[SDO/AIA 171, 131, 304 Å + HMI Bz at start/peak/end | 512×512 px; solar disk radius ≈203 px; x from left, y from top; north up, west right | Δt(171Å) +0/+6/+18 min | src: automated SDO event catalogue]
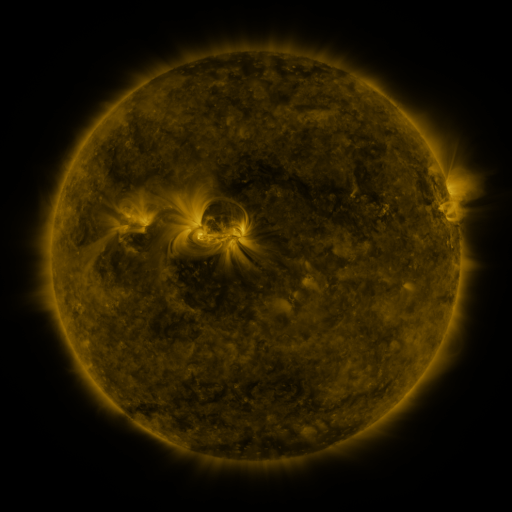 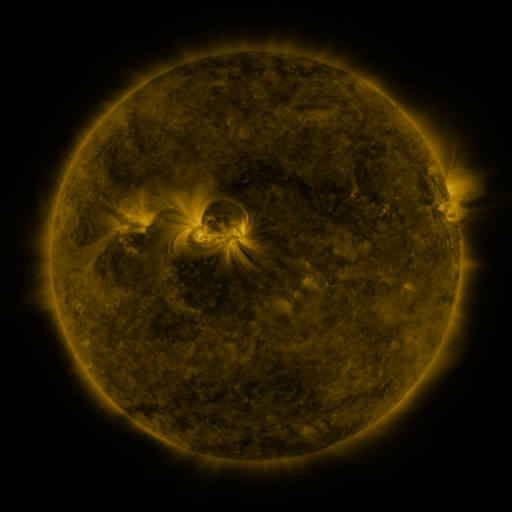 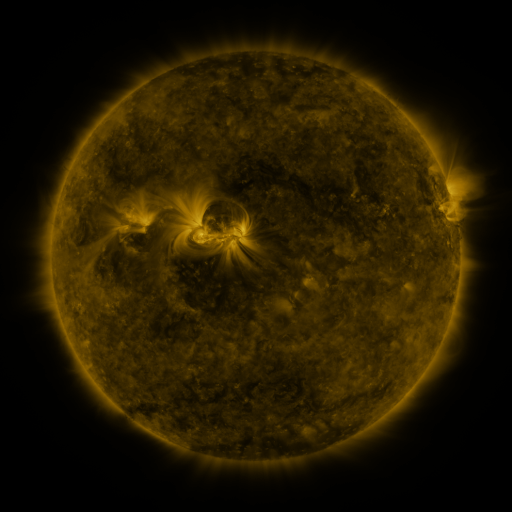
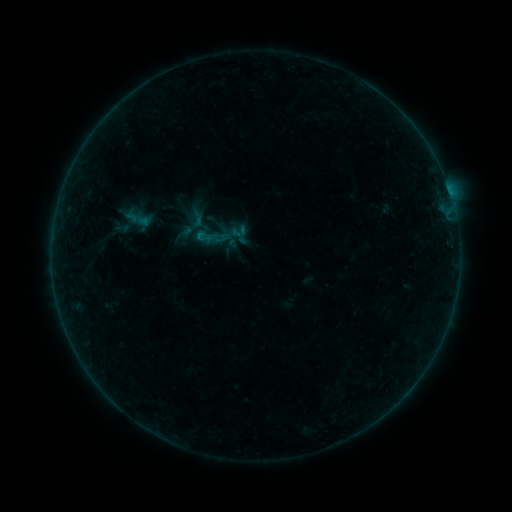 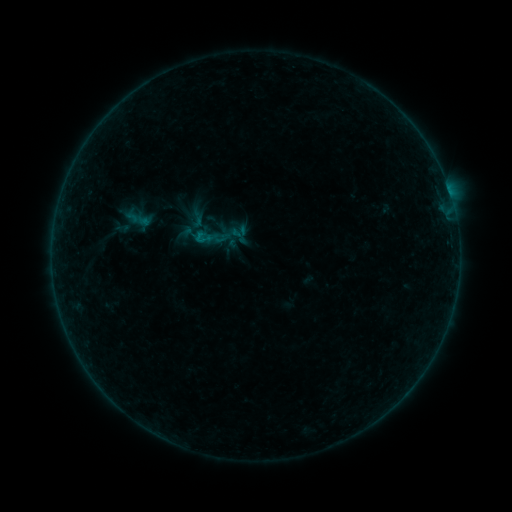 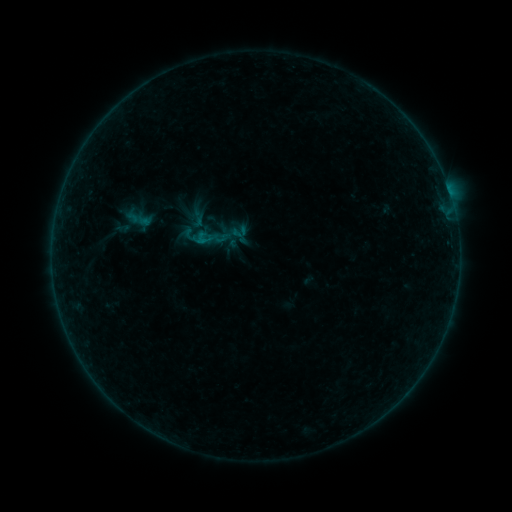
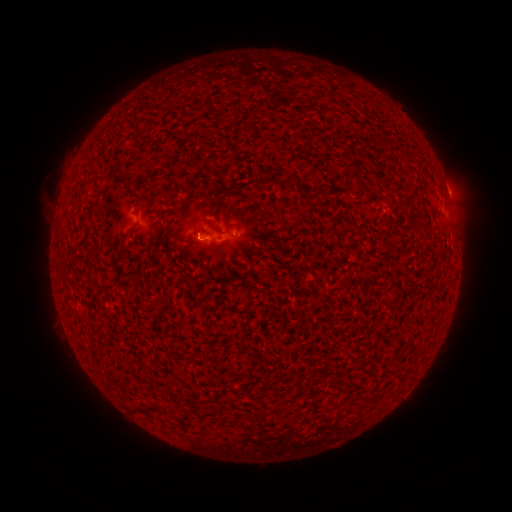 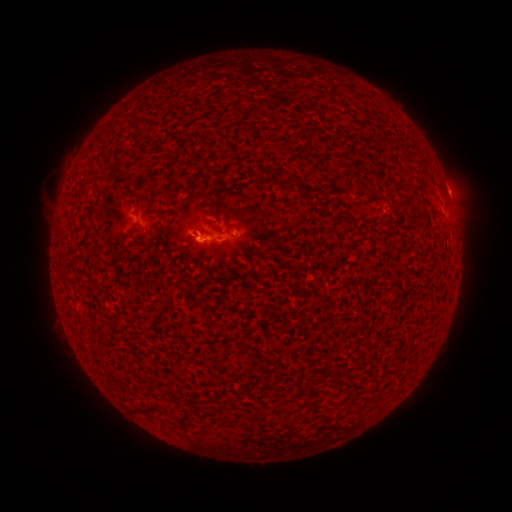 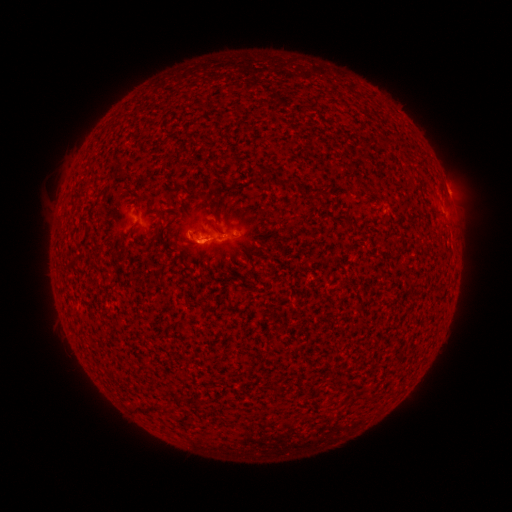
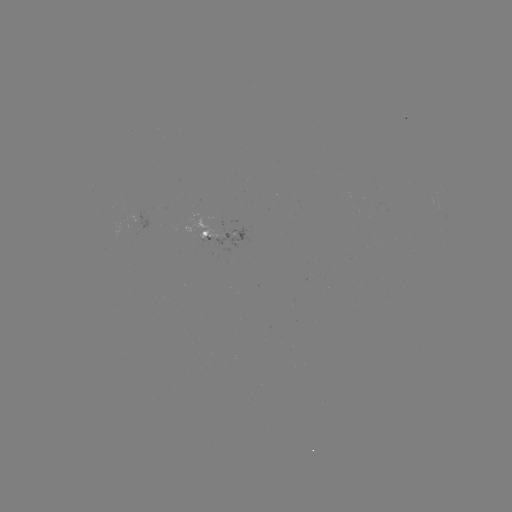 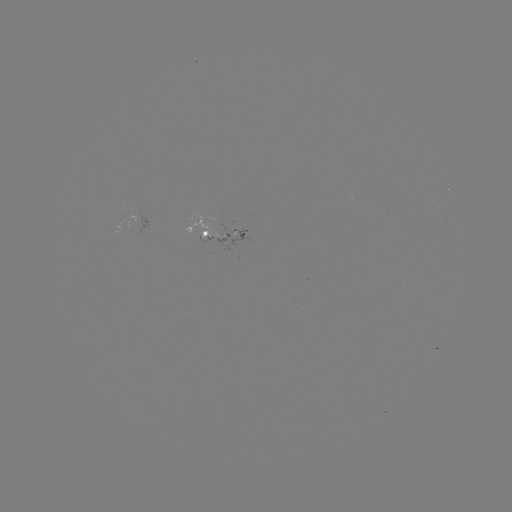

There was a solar eruption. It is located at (196, 247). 